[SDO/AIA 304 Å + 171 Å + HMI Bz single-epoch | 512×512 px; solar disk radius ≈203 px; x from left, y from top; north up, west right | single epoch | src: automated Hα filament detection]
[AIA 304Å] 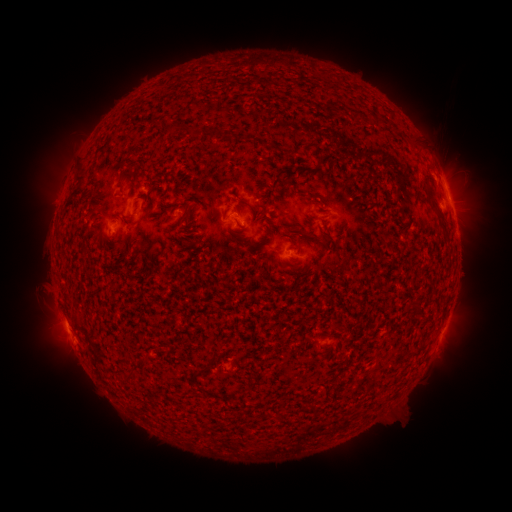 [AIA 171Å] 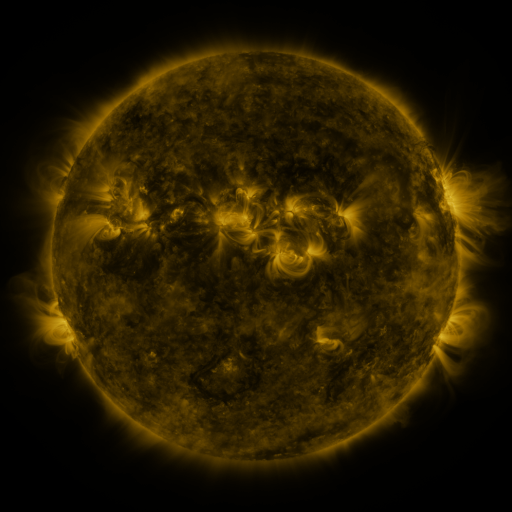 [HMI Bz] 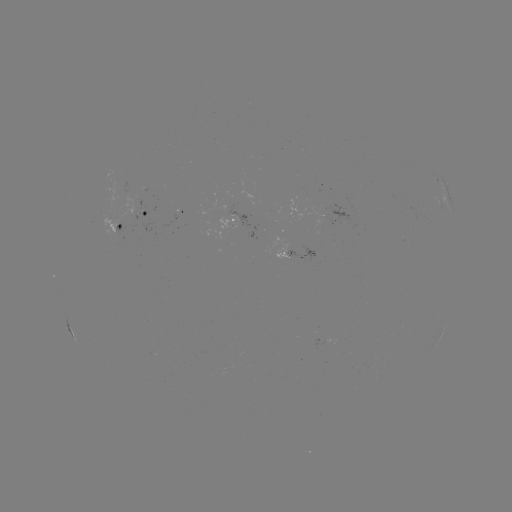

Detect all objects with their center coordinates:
filament: (124, 169, 136, 183)
filament: (74, 173, 87, 182)
filament: (427, 191, 450, 243)
filament: (178, 209, 189, 221)
filament: (297, 227, 309, 237)
filament: (306, 404, 316, 415)
